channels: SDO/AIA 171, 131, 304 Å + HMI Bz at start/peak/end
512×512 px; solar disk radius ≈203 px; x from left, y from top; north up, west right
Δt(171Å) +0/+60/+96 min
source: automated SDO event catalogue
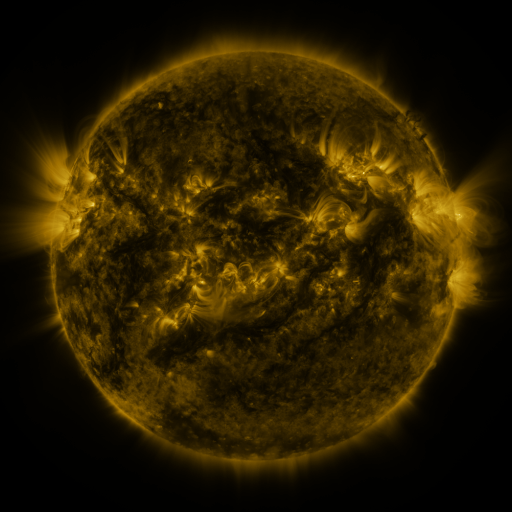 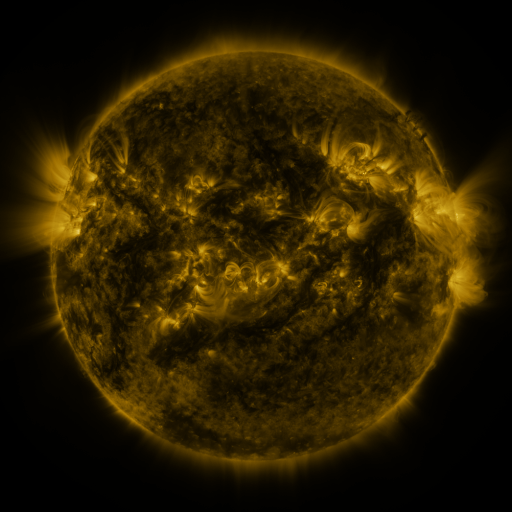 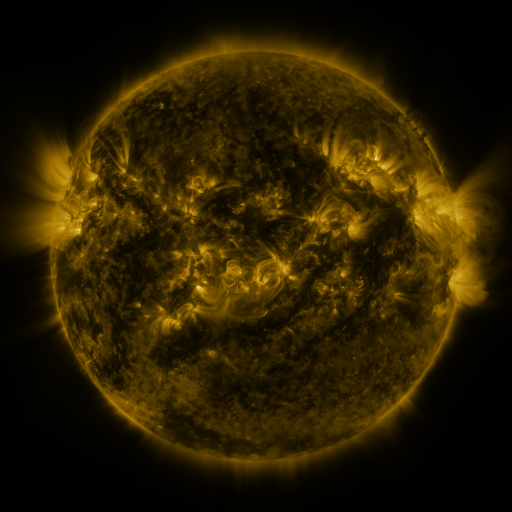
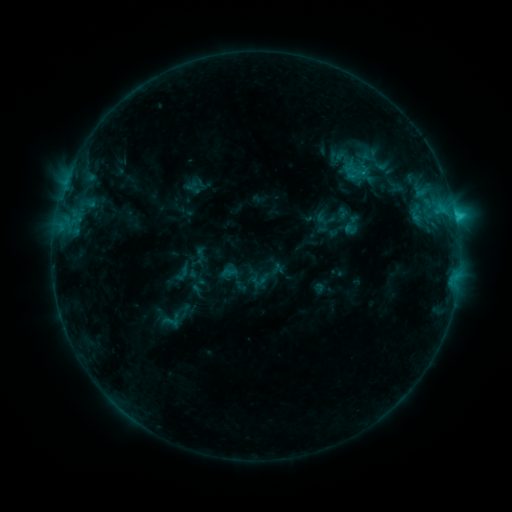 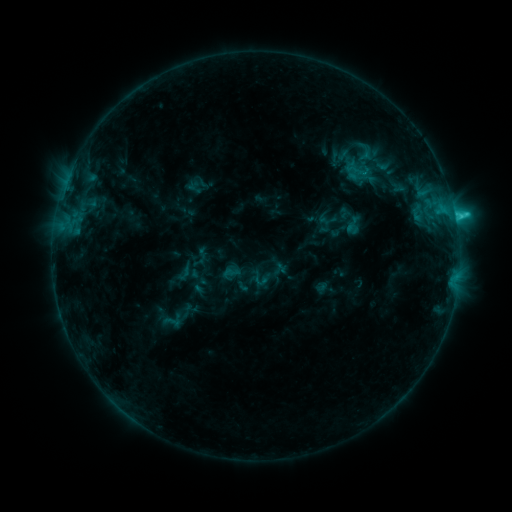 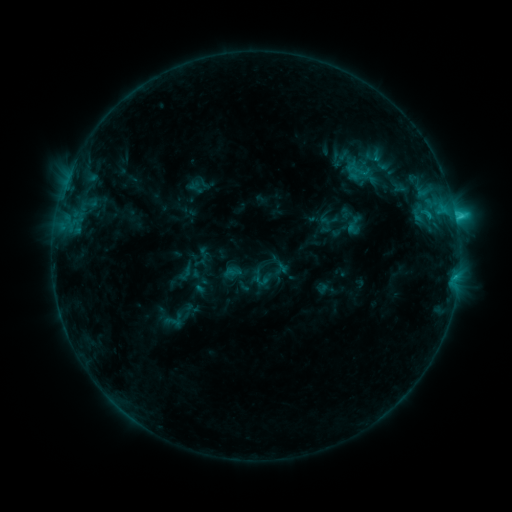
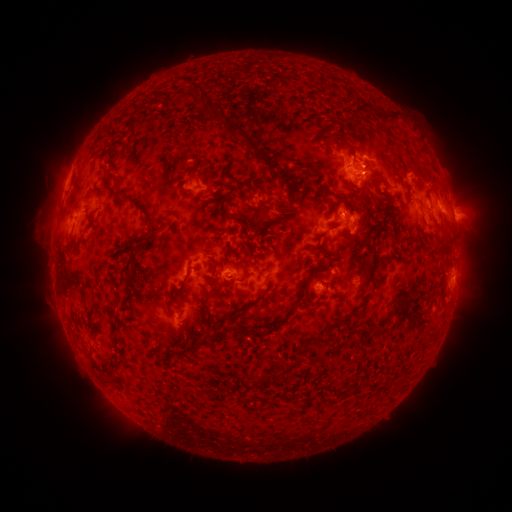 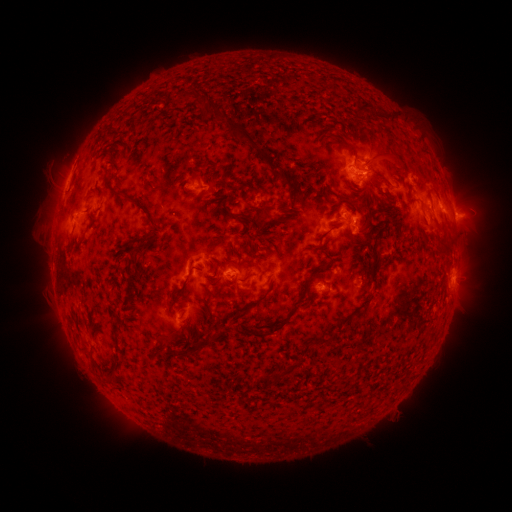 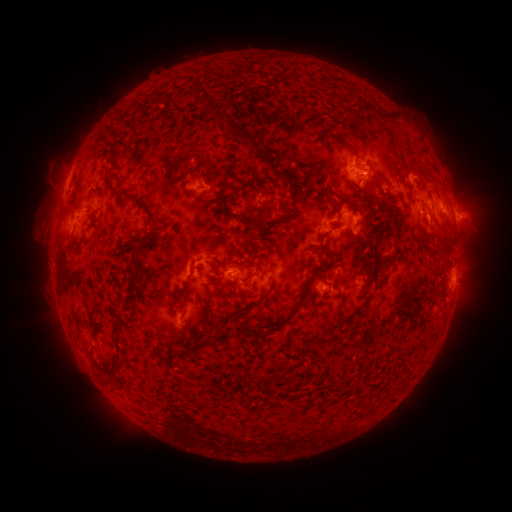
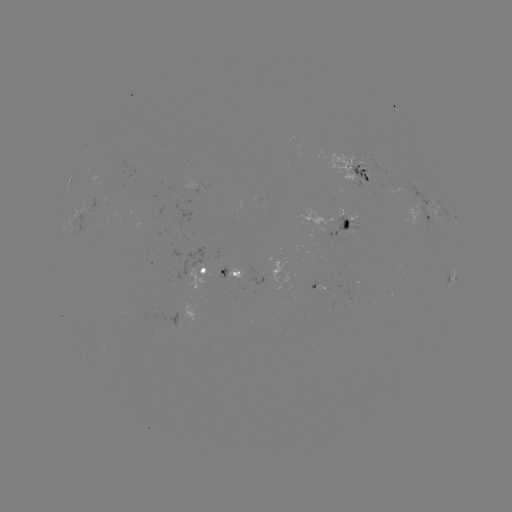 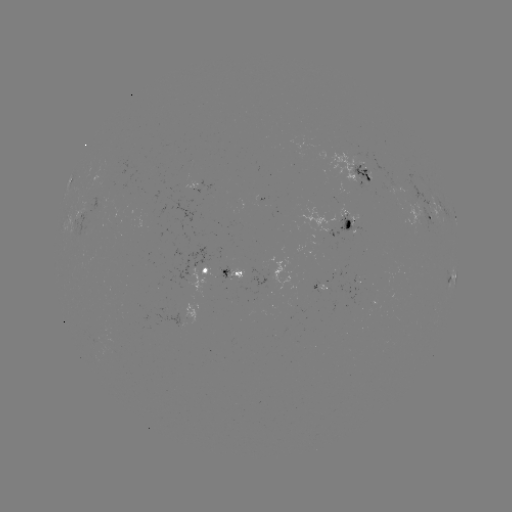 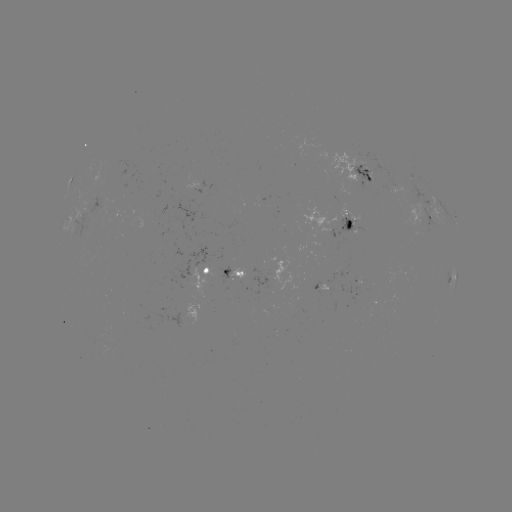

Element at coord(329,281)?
emerging-flux region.